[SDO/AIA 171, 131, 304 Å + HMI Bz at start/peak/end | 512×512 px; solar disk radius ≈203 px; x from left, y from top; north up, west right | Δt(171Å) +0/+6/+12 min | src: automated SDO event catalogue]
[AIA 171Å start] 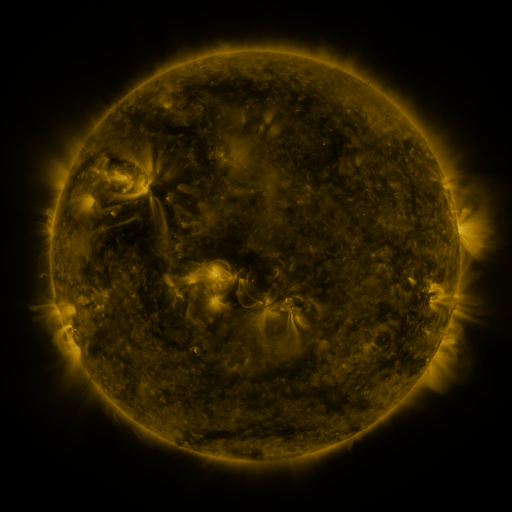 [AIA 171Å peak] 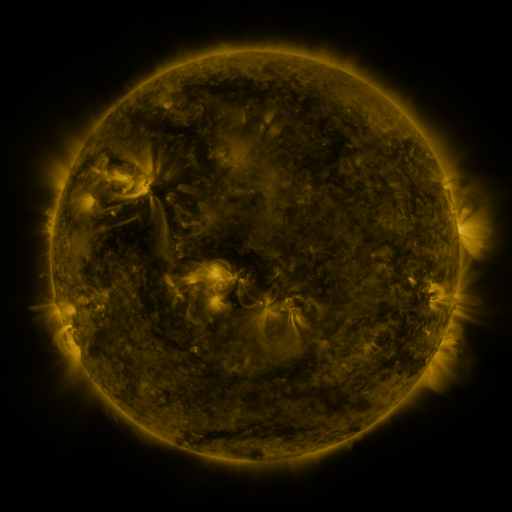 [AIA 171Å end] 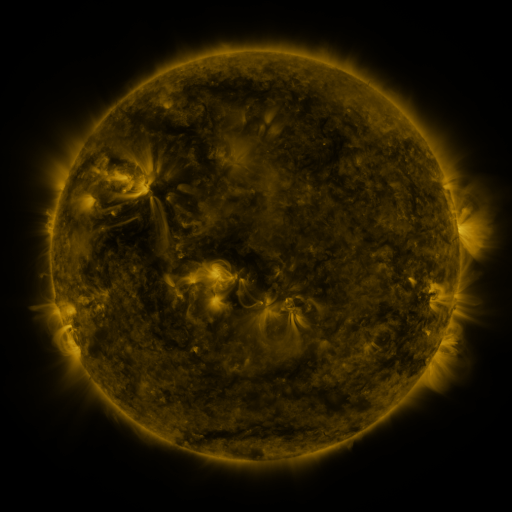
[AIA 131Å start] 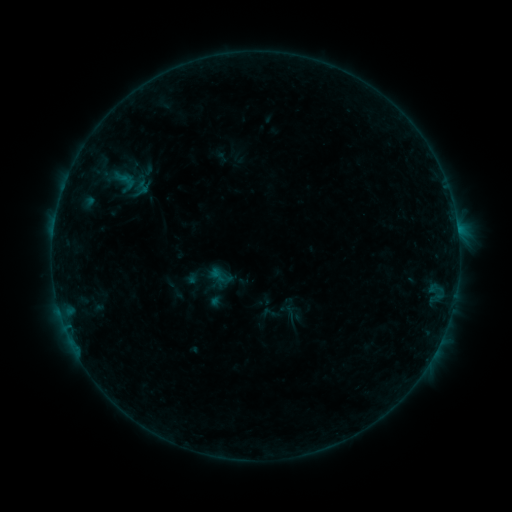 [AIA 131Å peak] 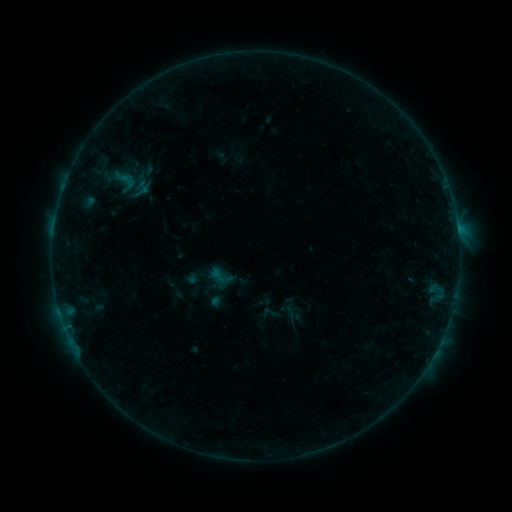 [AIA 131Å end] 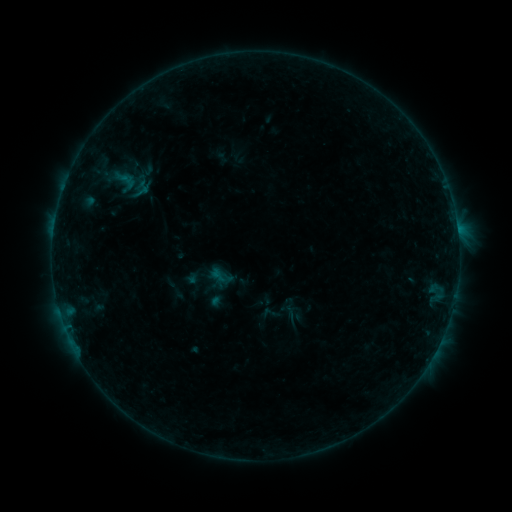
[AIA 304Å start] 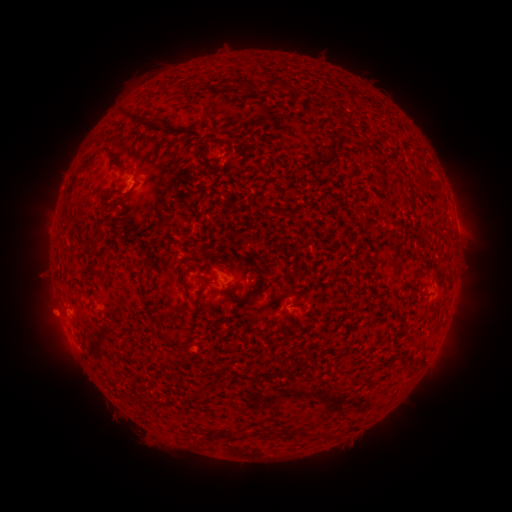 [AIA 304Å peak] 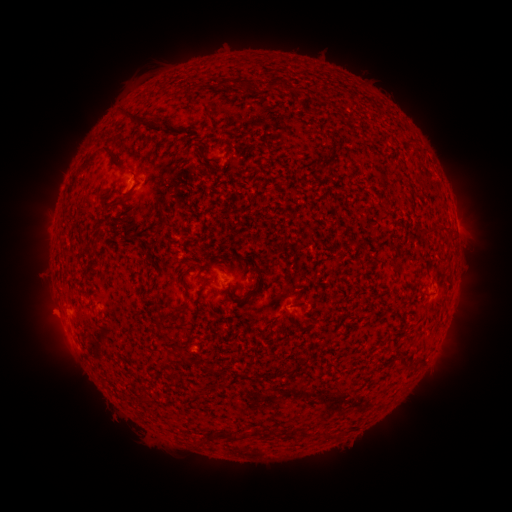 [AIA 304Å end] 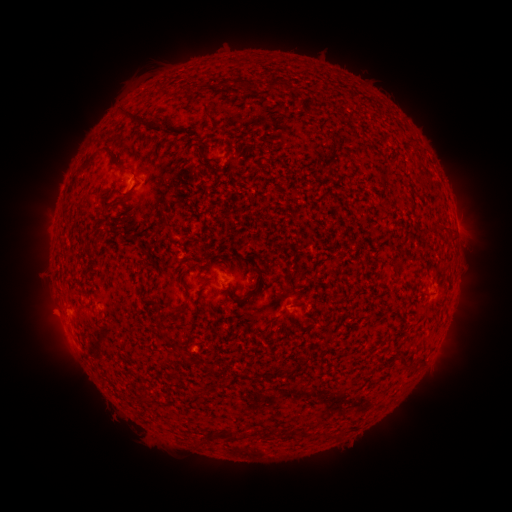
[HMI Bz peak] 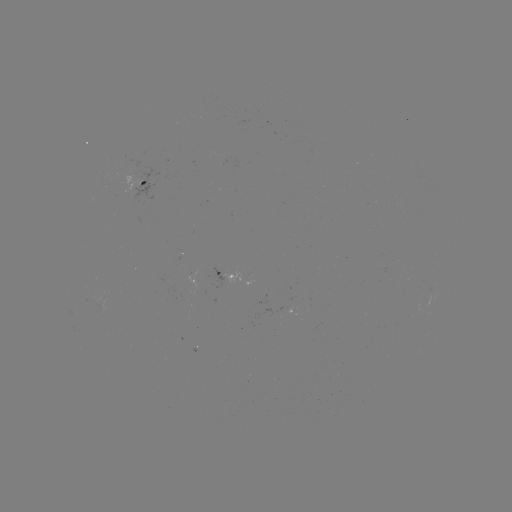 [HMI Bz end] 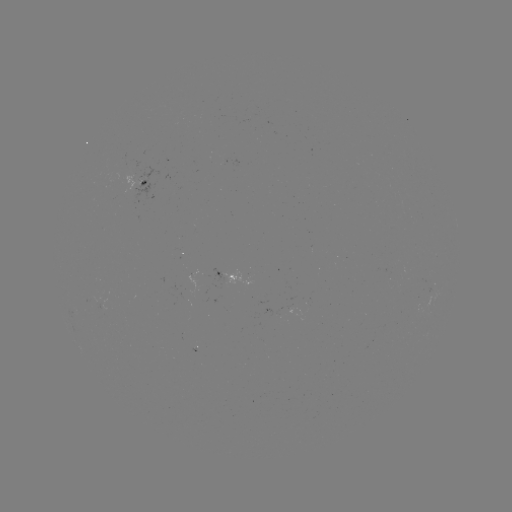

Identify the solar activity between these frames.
no flare in any classed list; no EUV-trigger detection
